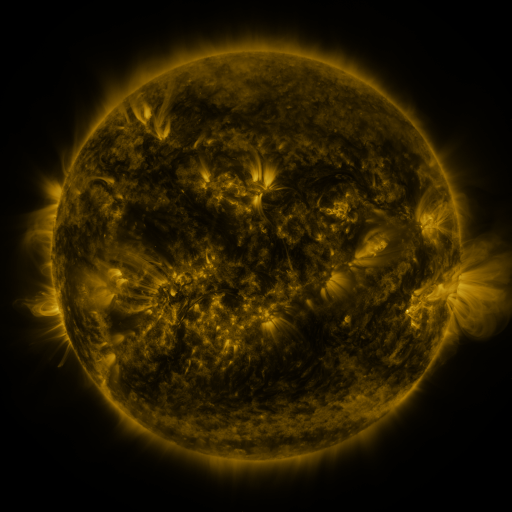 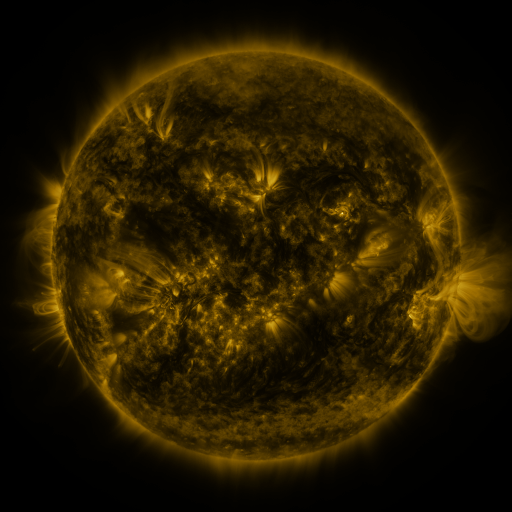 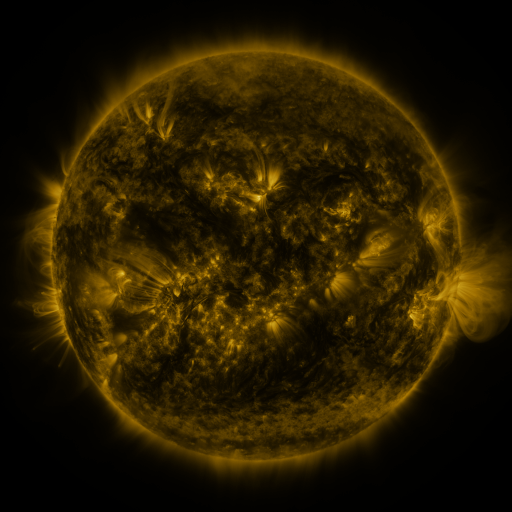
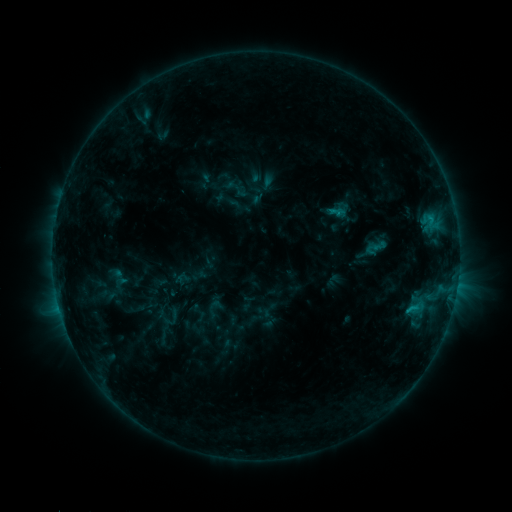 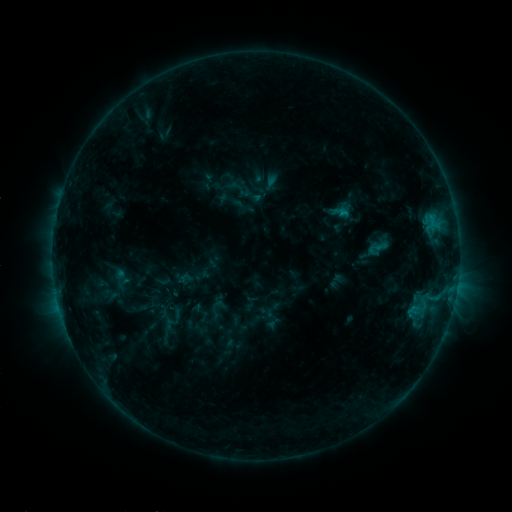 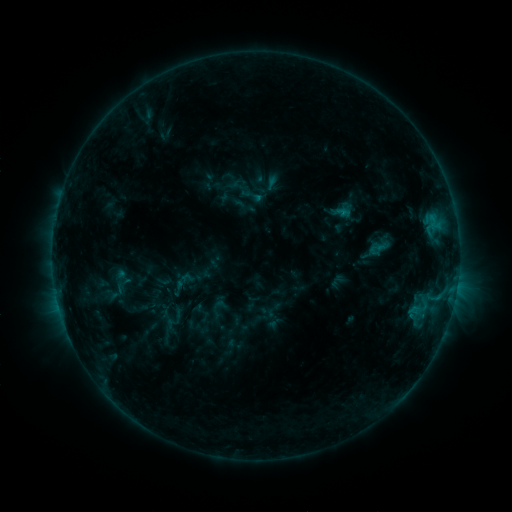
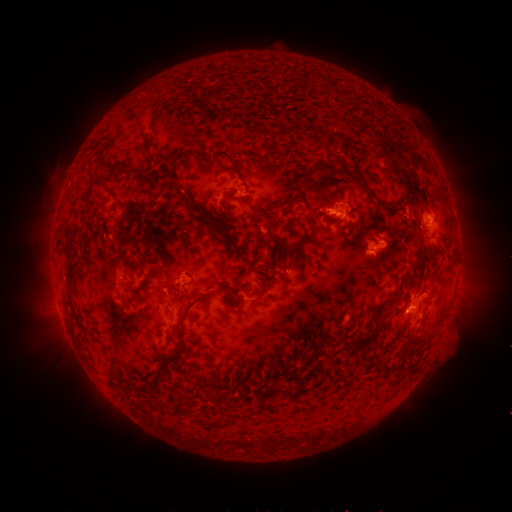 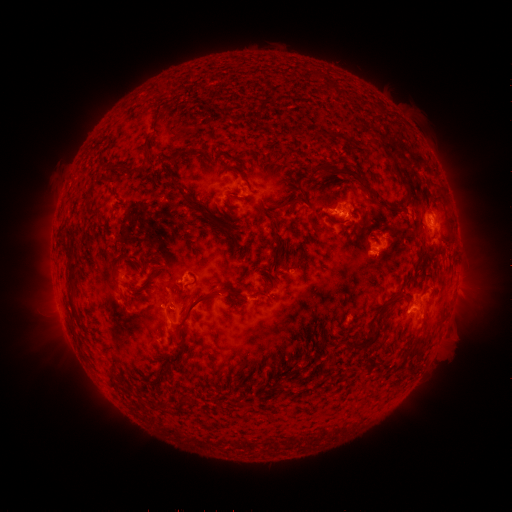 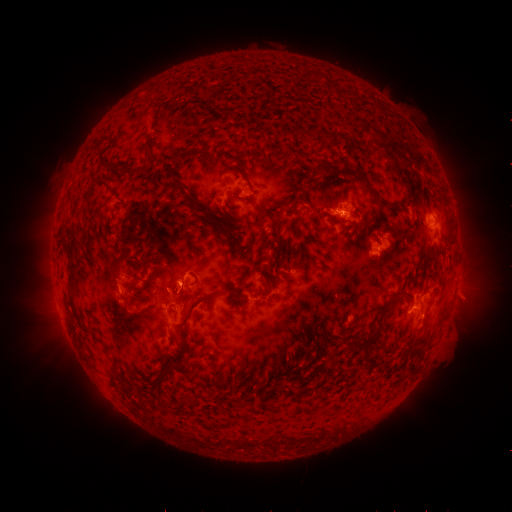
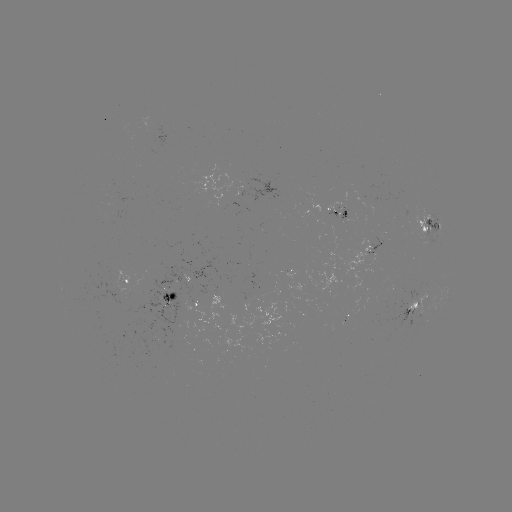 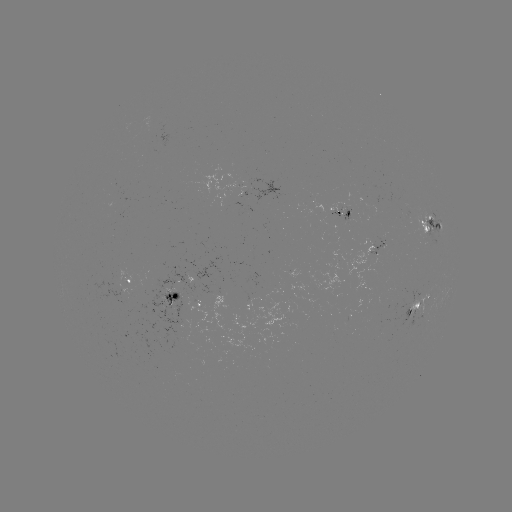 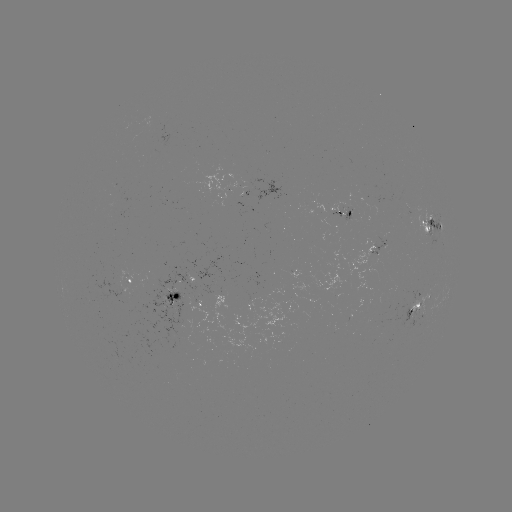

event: emerging-flux region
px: (380, 248)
